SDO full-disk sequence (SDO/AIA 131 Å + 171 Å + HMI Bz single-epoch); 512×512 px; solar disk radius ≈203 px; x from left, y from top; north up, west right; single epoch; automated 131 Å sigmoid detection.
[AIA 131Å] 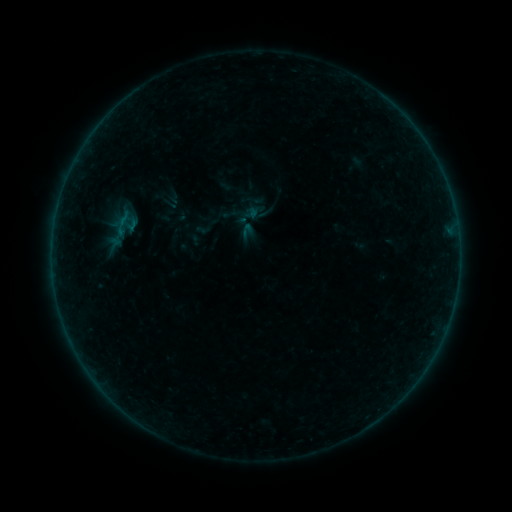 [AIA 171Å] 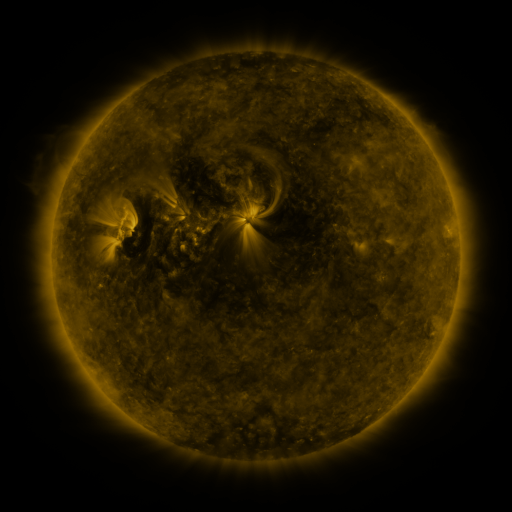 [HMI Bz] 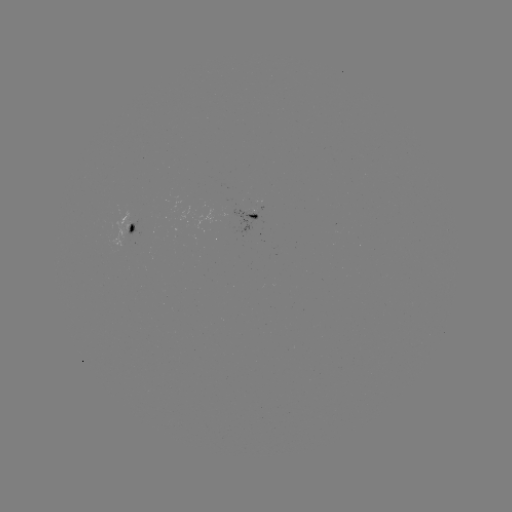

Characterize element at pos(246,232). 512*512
sigmoid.